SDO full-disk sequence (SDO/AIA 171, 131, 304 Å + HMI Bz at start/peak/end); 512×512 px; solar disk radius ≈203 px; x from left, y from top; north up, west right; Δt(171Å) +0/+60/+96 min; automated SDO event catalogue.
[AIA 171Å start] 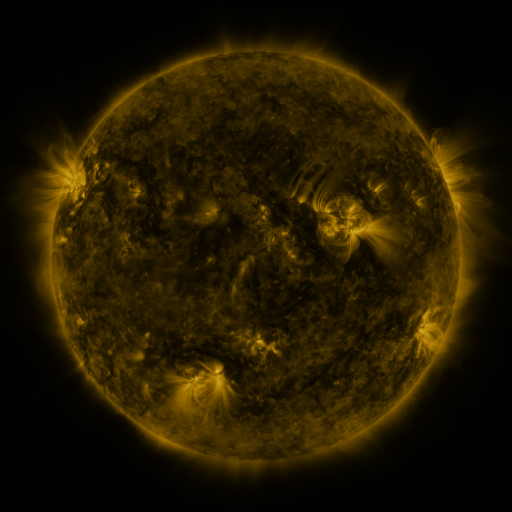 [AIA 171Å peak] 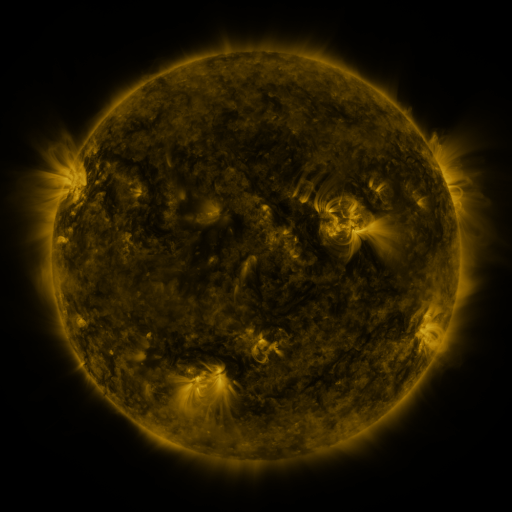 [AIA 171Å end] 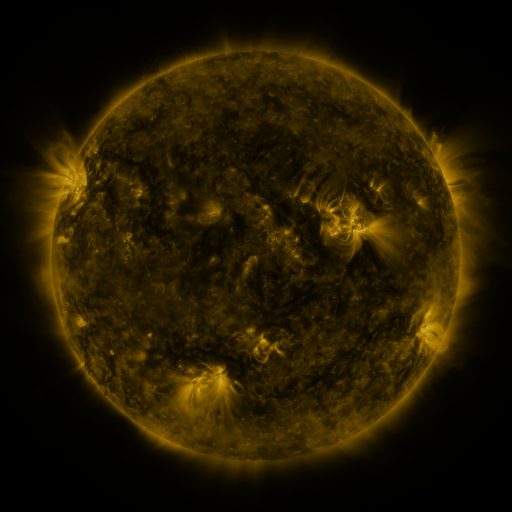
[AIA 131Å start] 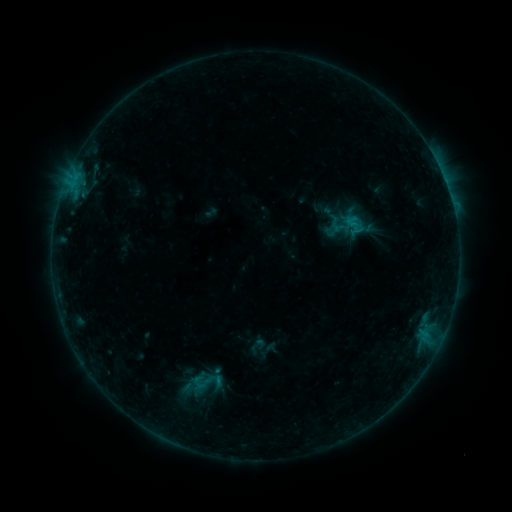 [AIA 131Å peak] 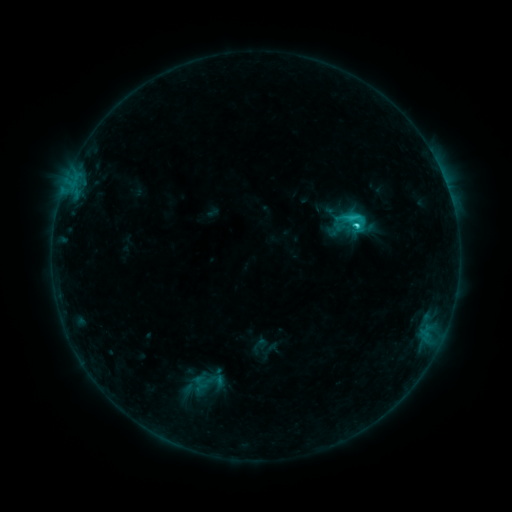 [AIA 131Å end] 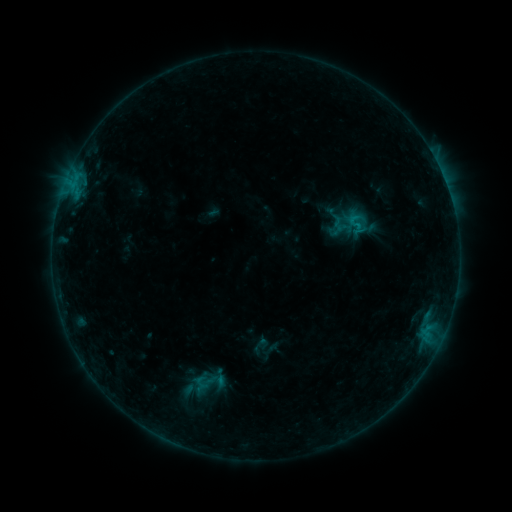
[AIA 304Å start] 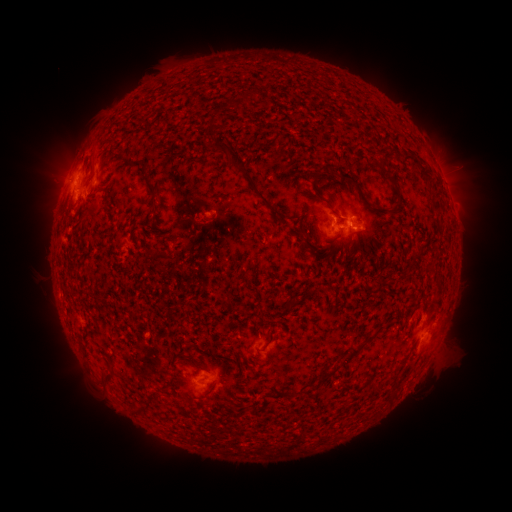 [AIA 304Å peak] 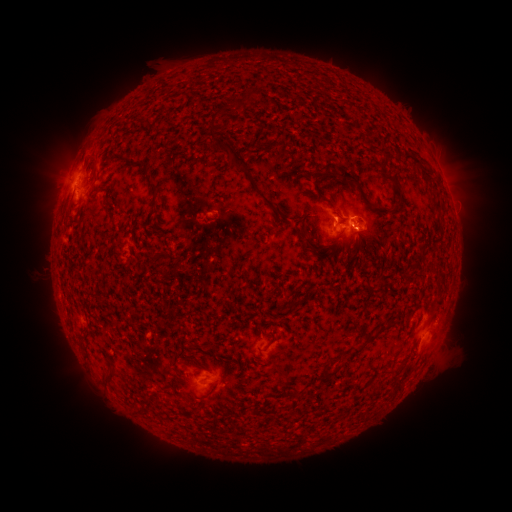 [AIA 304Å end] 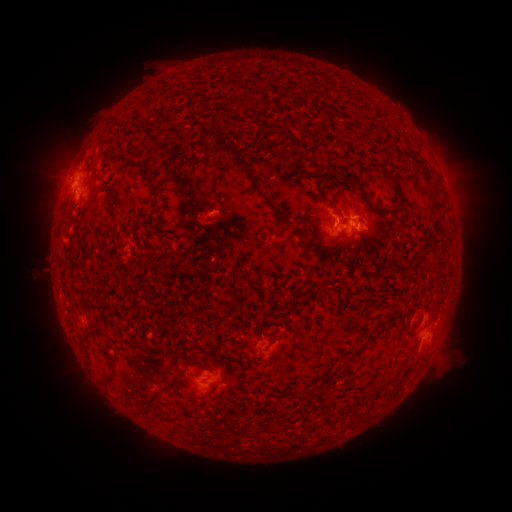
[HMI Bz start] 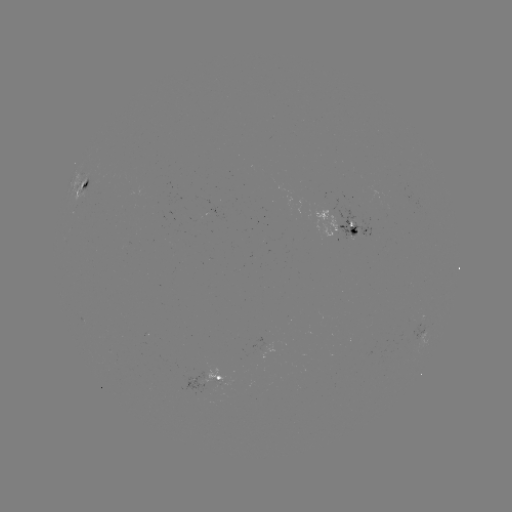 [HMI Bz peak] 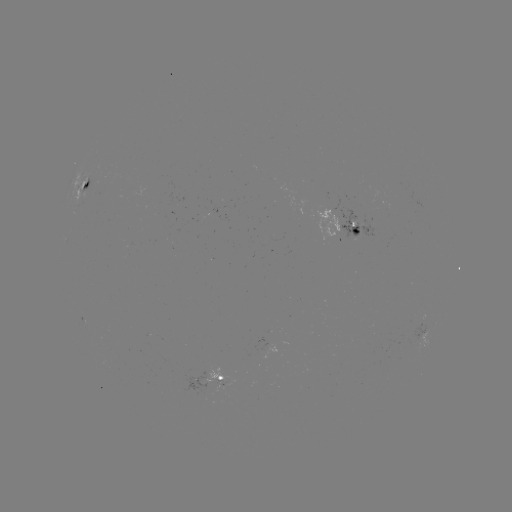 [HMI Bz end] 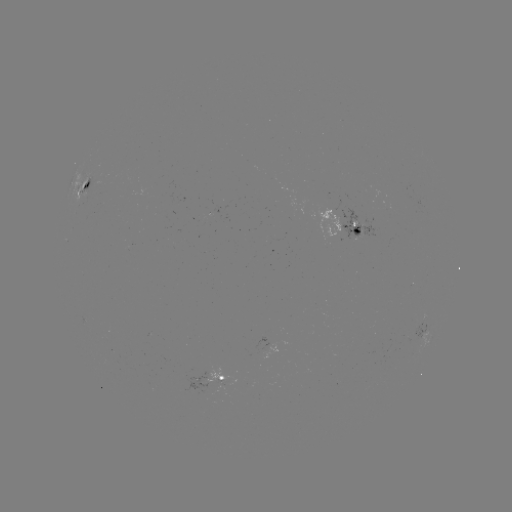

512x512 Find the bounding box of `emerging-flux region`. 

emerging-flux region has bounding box [336, 208, 379, 239].